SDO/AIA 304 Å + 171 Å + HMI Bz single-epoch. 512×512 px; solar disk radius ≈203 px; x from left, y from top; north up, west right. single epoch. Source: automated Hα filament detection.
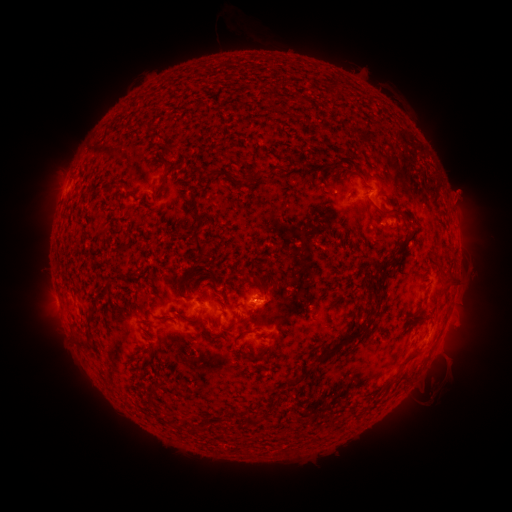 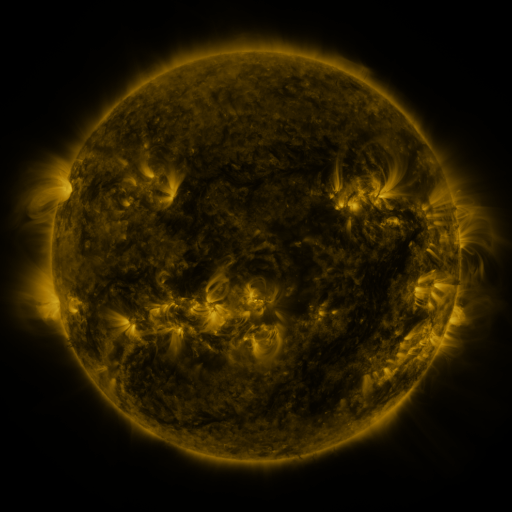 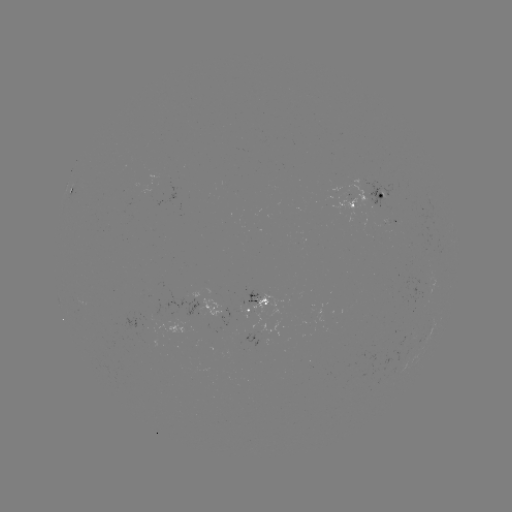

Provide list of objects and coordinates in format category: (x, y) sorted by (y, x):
filament: (331, 83)
filament: (142, 129)
filament: (171, 148)
filament: (214, 175)
filament: (328, 175)
filament: (251, 176)
filament: (162, 185)
filament: (382, 211)
filament: (196, 216)
filament: (206, 245)
filament: (123, 250)
filament: (200, 261)
filament: (386, 263)
filament: (449, 277)
filament: (257, 279)
filament: (187, 287)
filament: (200, 287)
filament: (107, 291)
filament: (135, 298)
filament: (377, 300)
filament: (426, 315)
filament: (163, 319)
filament: (191, 321)
filament: (236, 324)
filament: (211, 337)
filament: (239, 337)
filament: (340, 342)
filament: (411, 356)
filament: (253, 357)
filament: (391, 380)
filament: (296, 383)
filament: (153, 393)
filament: (254, 421)
